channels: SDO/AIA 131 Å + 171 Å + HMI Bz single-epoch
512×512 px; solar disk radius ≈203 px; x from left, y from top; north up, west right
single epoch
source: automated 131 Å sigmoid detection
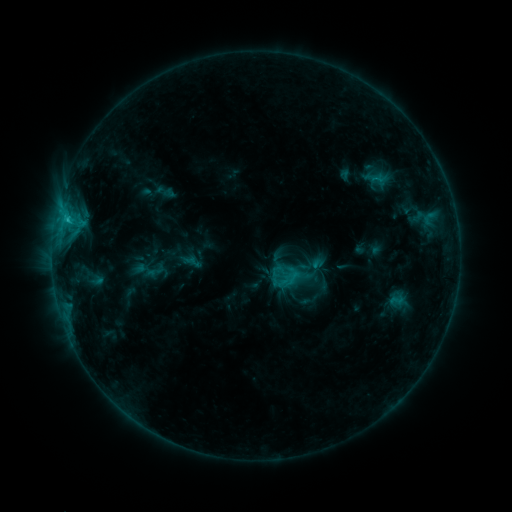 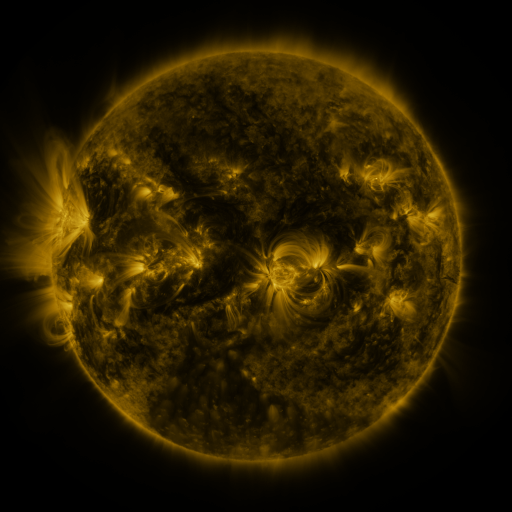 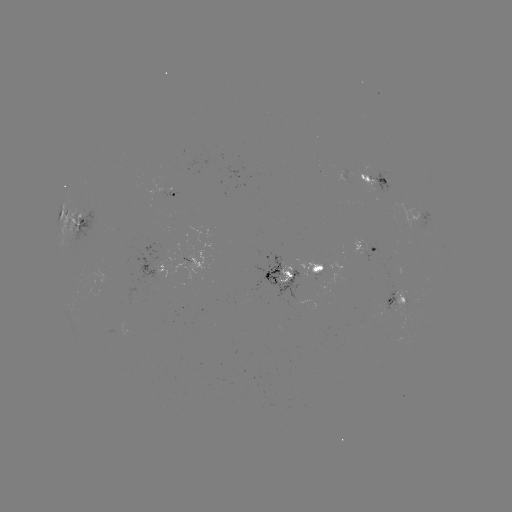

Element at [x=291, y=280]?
sigmoid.